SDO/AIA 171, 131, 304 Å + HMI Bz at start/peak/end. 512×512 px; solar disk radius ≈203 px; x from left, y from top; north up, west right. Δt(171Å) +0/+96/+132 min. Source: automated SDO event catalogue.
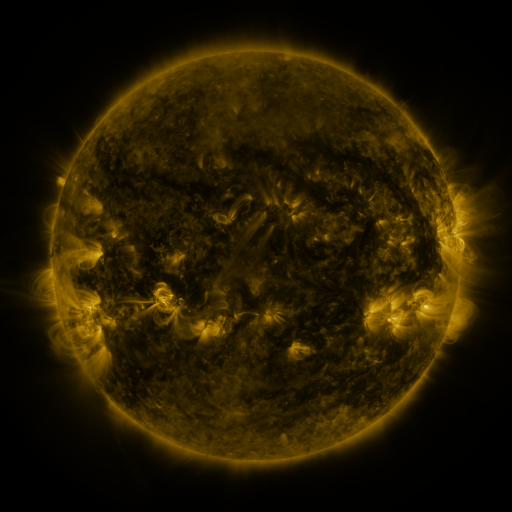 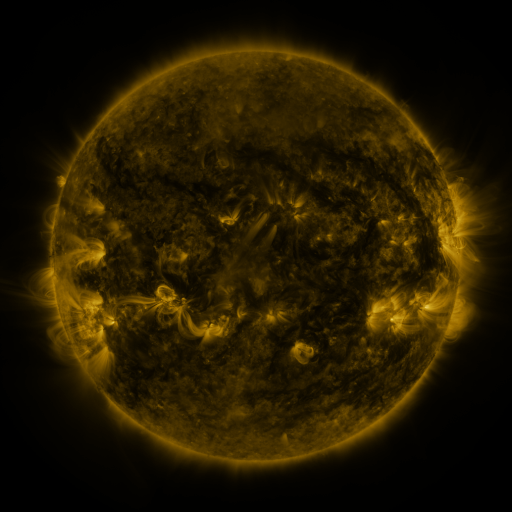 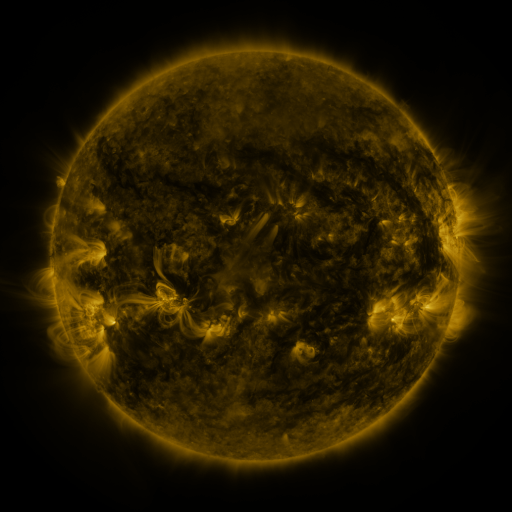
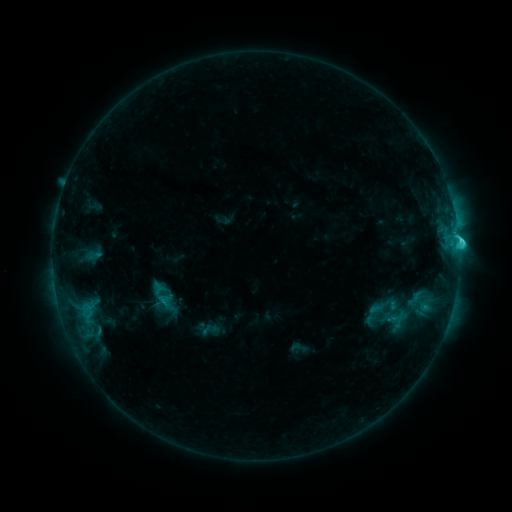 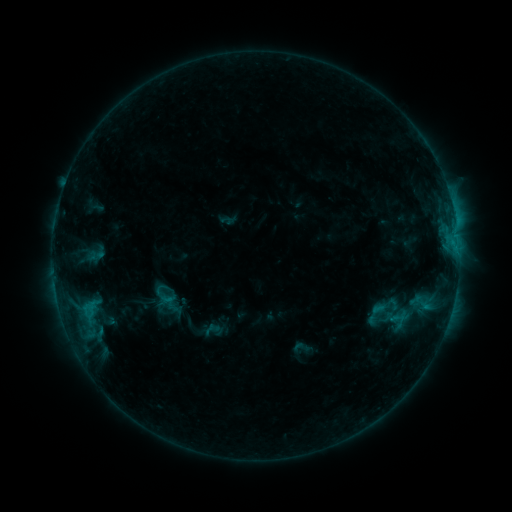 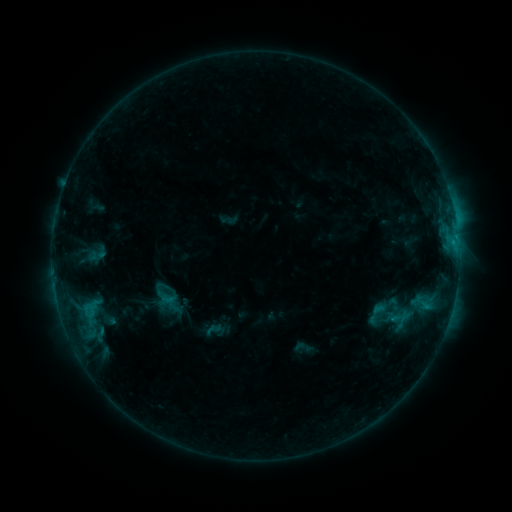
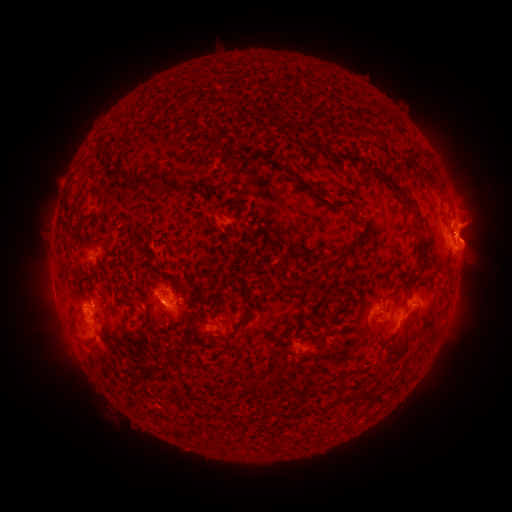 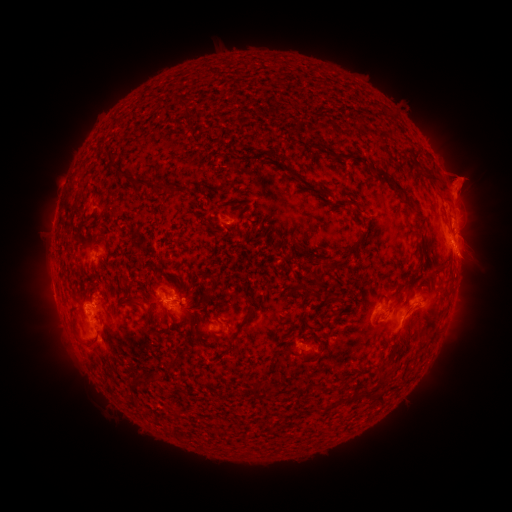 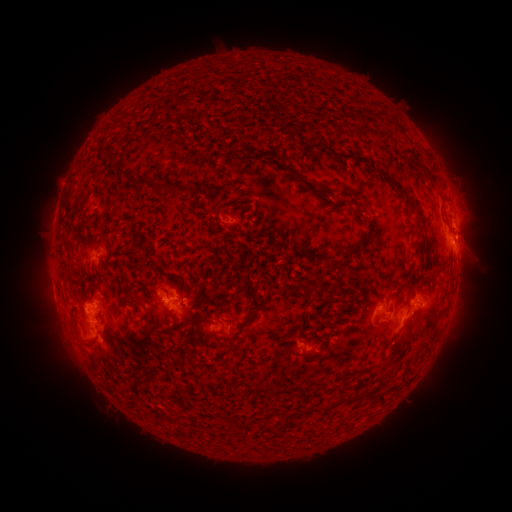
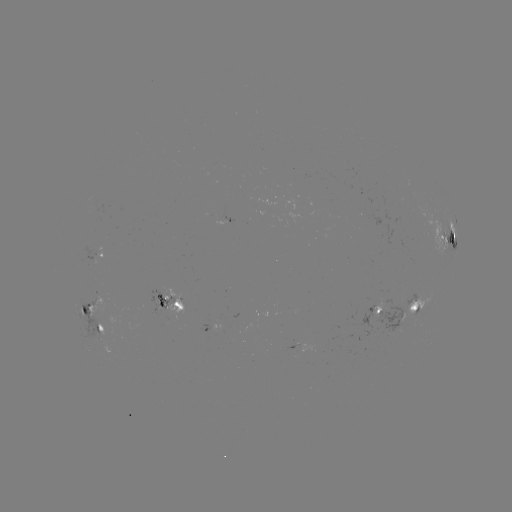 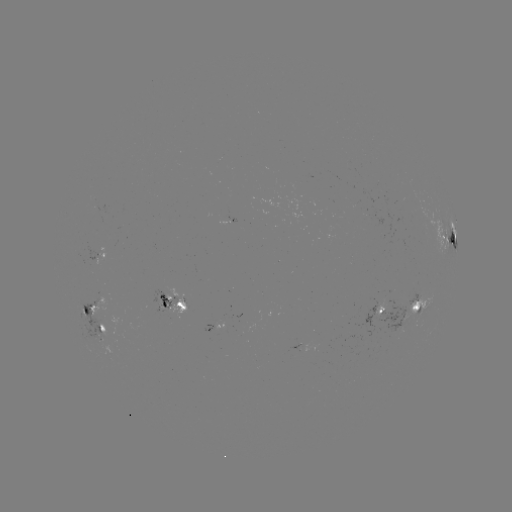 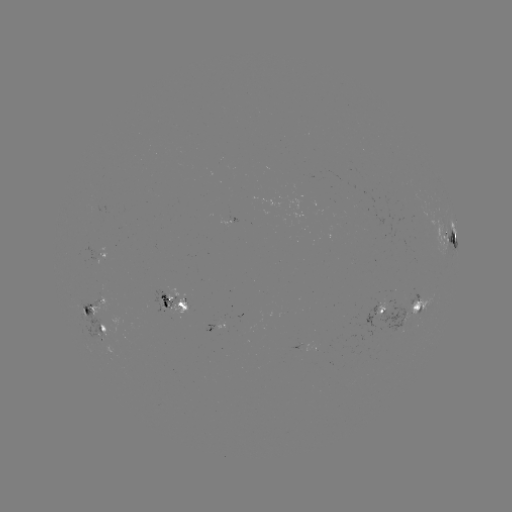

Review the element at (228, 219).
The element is emerging-flux region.